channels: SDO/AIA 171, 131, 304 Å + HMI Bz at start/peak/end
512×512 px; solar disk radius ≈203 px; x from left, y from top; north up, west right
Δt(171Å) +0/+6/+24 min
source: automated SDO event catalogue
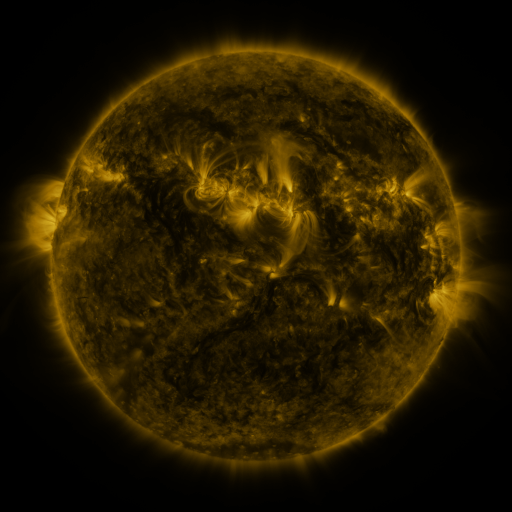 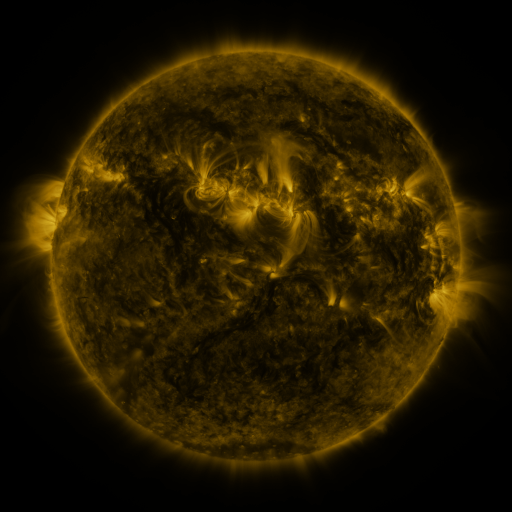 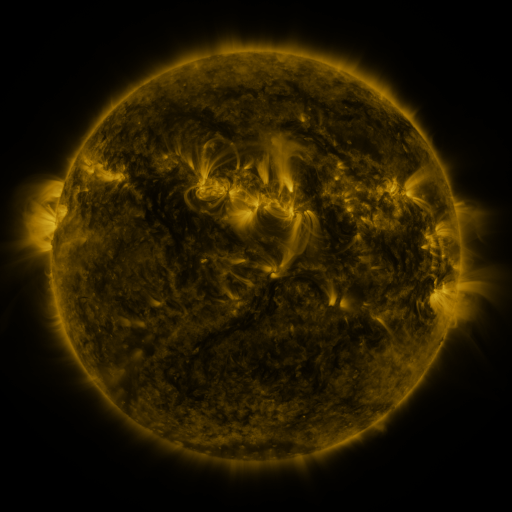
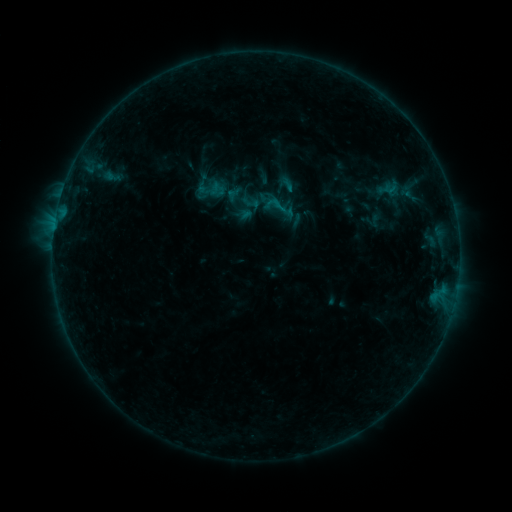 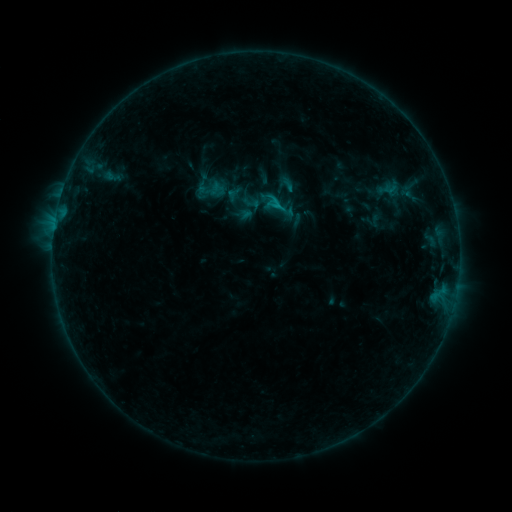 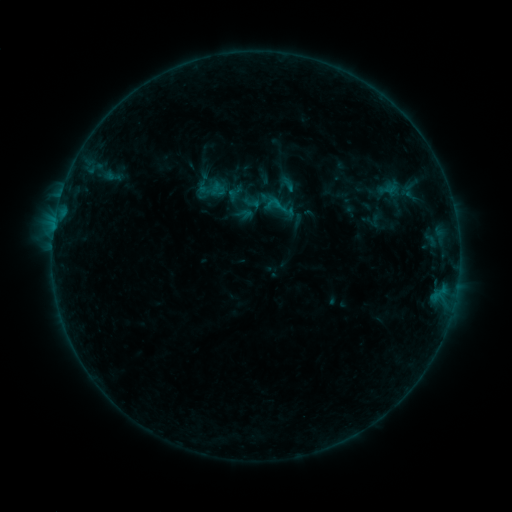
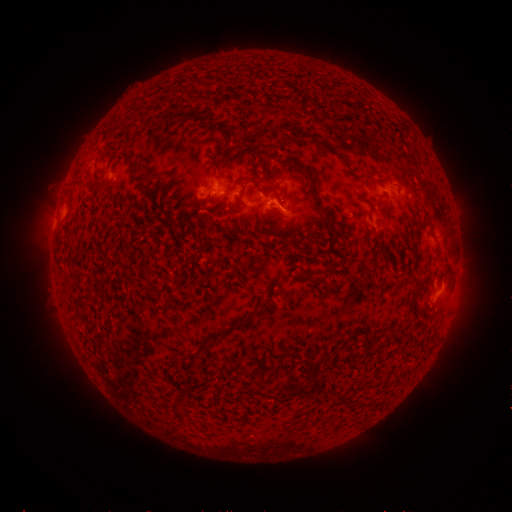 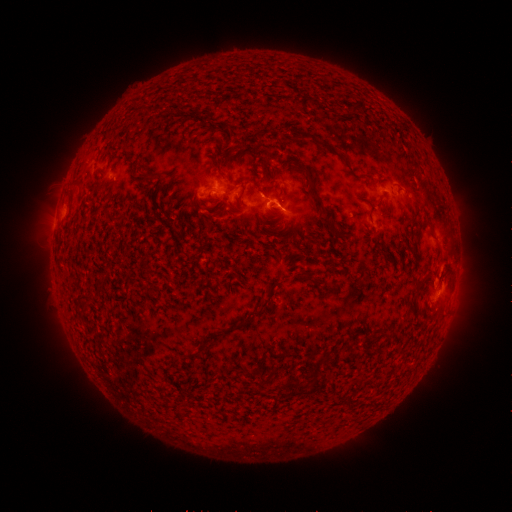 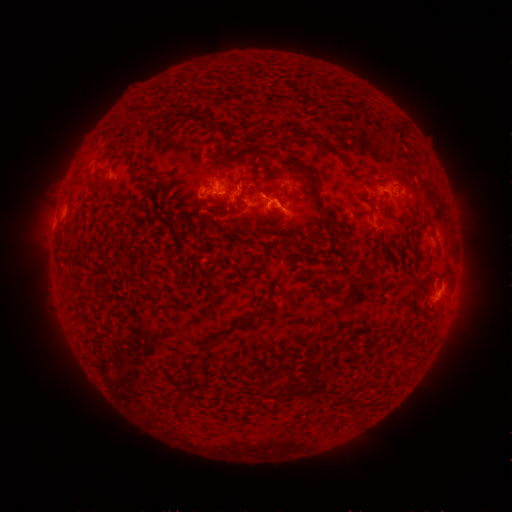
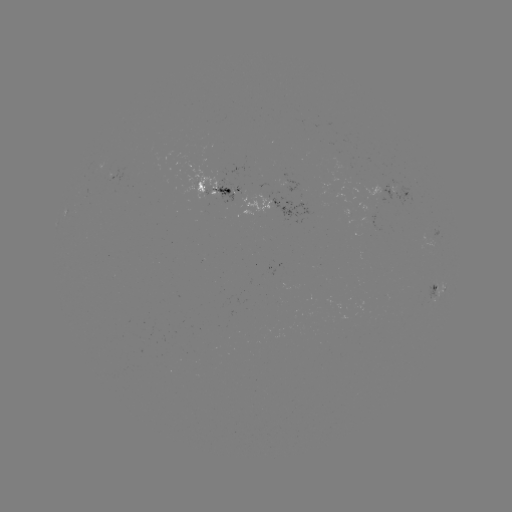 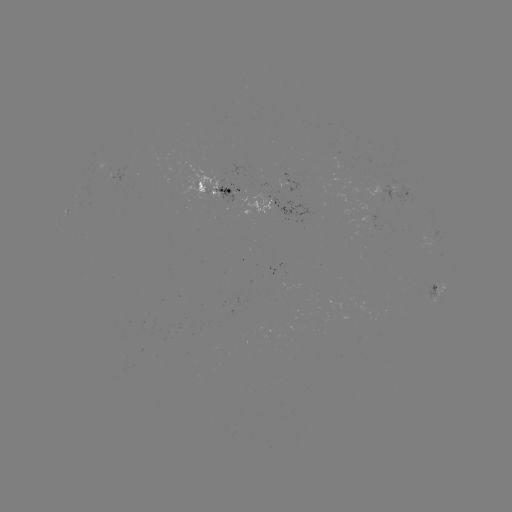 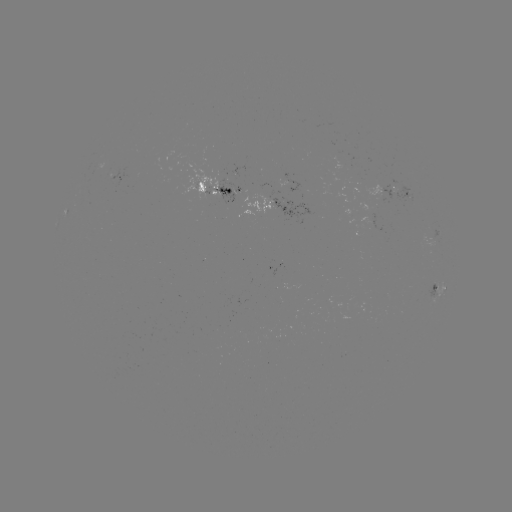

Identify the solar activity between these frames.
B5.9 flare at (277, 208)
